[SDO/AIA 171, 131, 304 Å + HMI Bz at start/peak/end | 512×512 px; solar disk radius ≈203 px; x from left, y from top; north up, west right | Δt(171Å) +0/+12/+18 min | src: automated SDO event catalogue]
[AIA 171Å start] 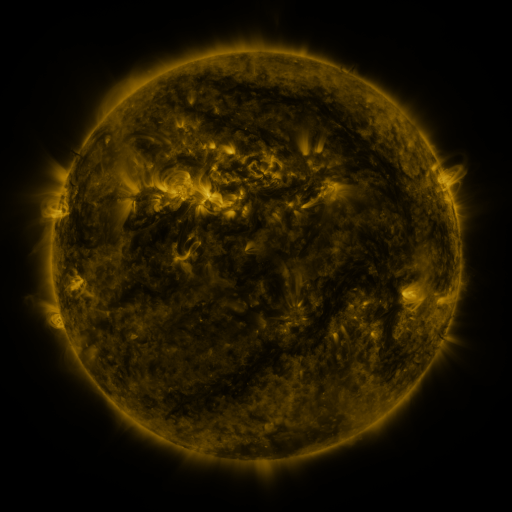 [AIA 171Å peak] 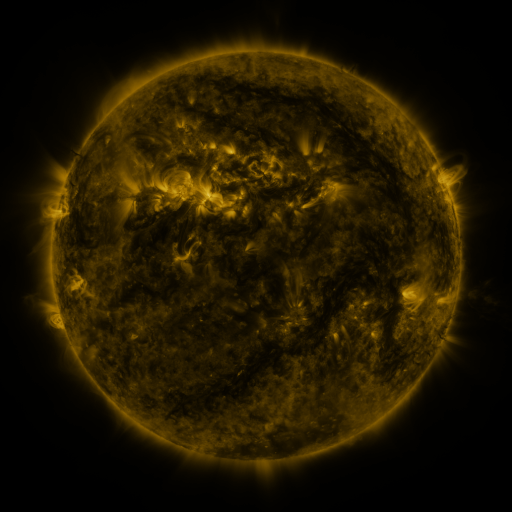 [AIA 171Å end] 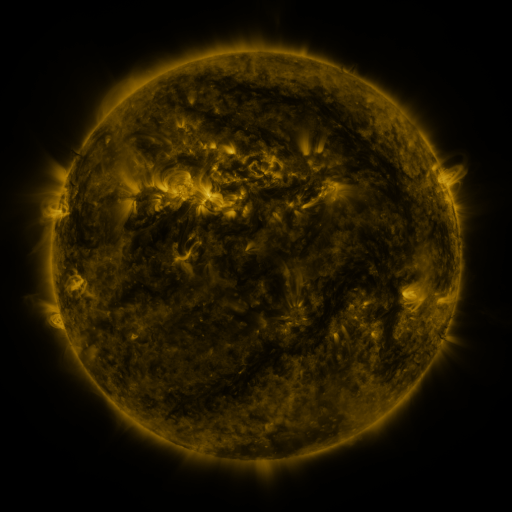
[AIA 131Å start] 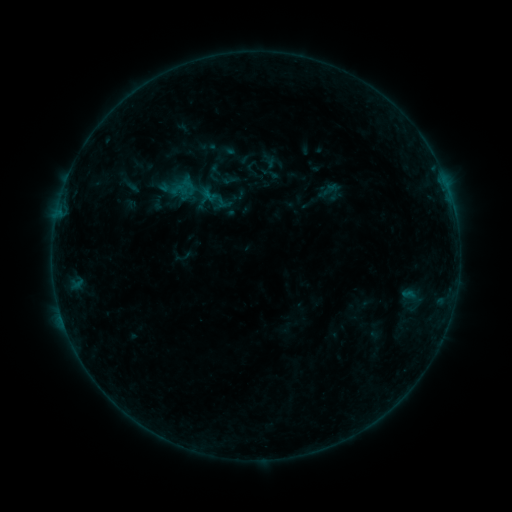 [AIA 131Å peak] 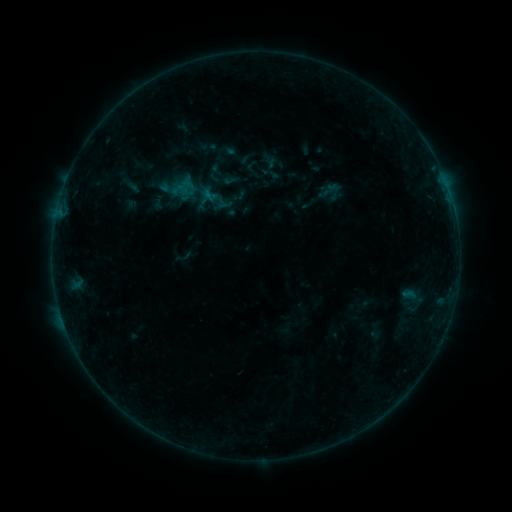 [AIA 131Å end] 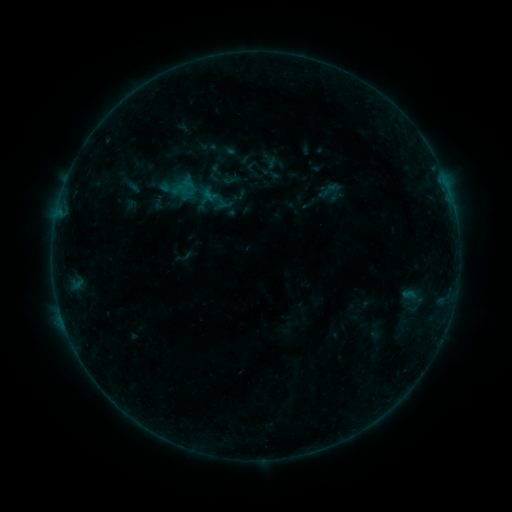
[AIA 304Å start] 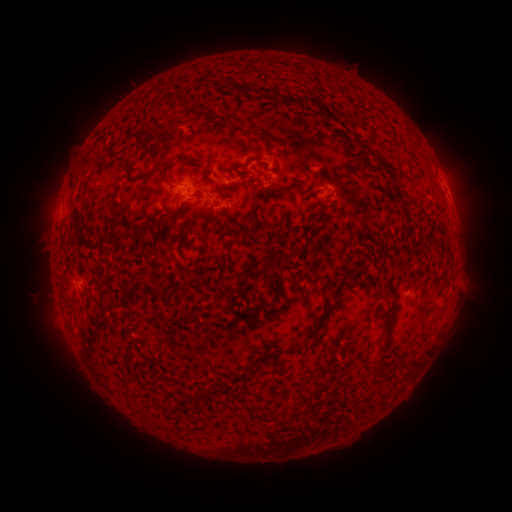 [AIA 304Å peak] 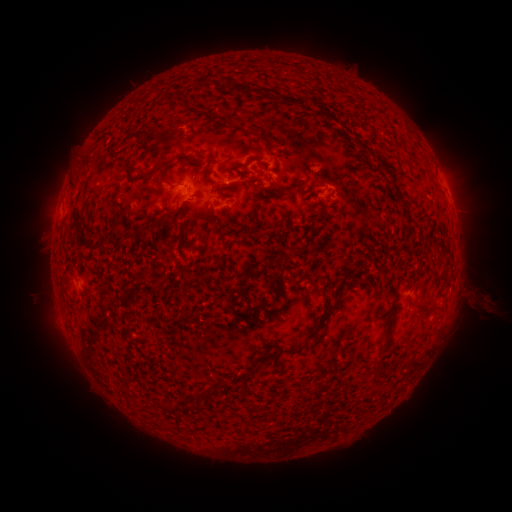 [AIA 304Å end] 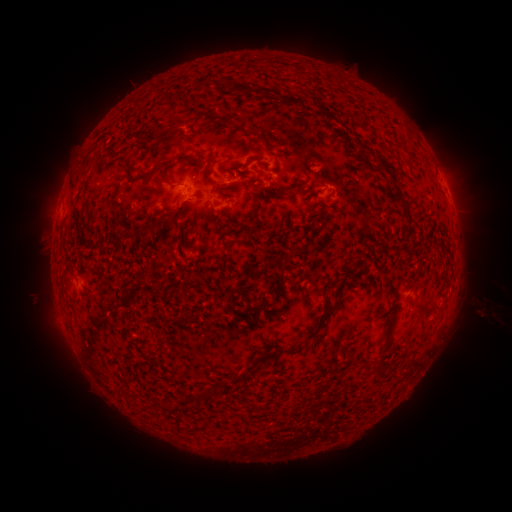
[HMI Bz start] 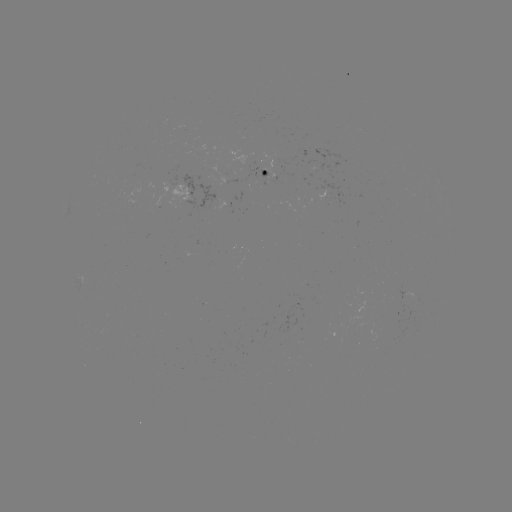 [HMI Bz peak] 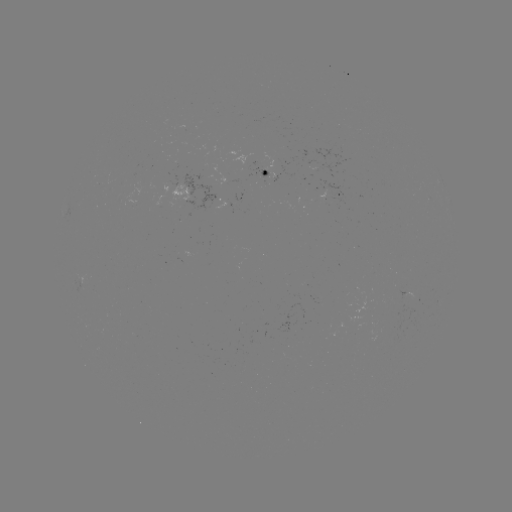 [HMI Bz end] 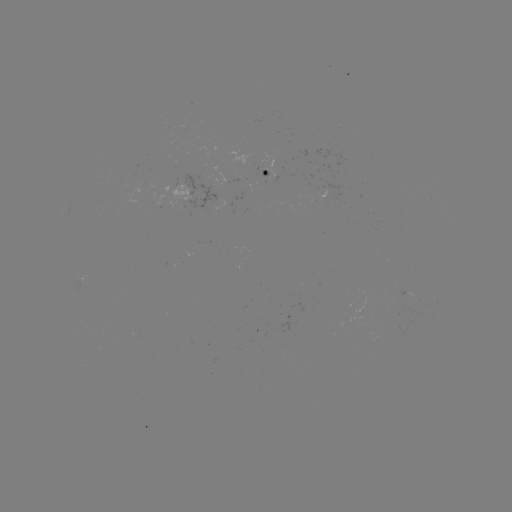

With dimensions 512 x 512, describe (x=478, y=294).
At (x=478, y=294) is eruption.